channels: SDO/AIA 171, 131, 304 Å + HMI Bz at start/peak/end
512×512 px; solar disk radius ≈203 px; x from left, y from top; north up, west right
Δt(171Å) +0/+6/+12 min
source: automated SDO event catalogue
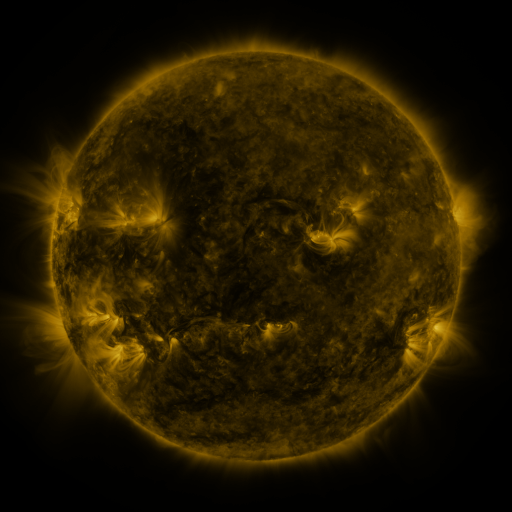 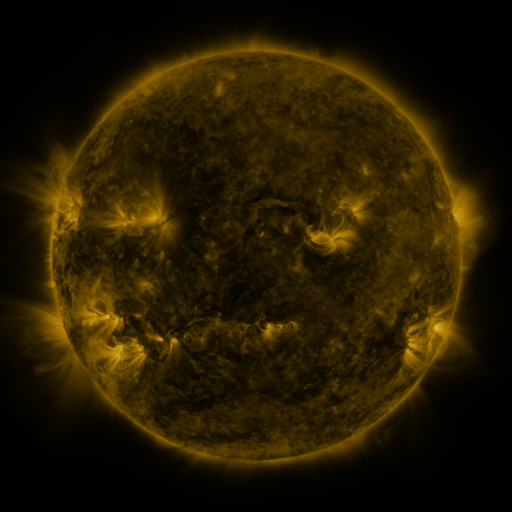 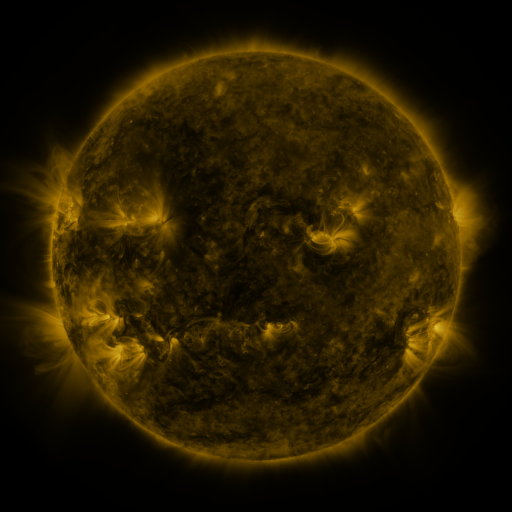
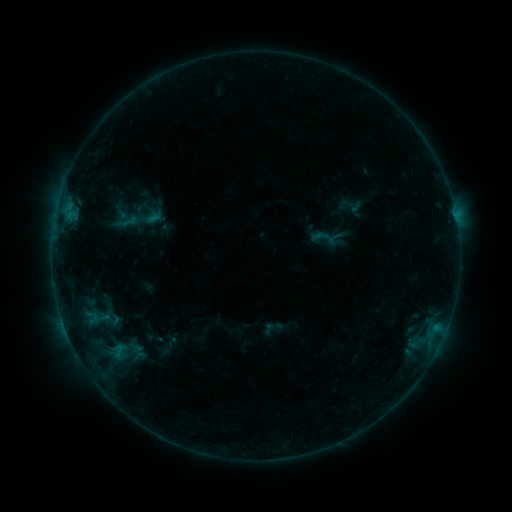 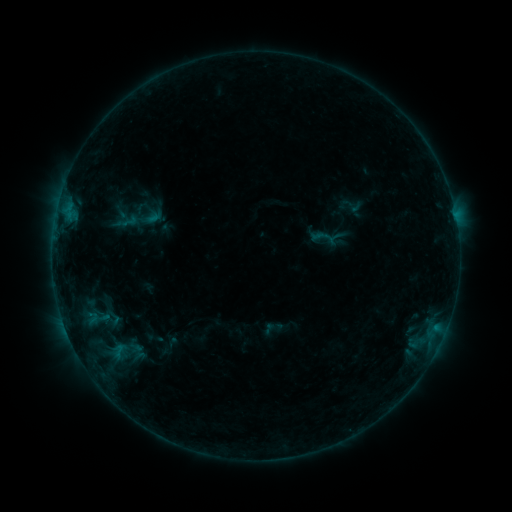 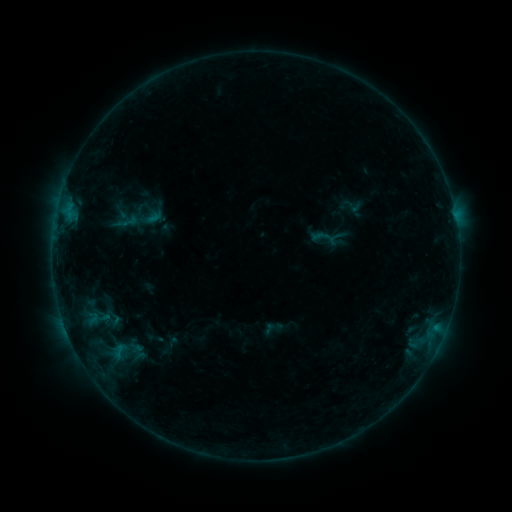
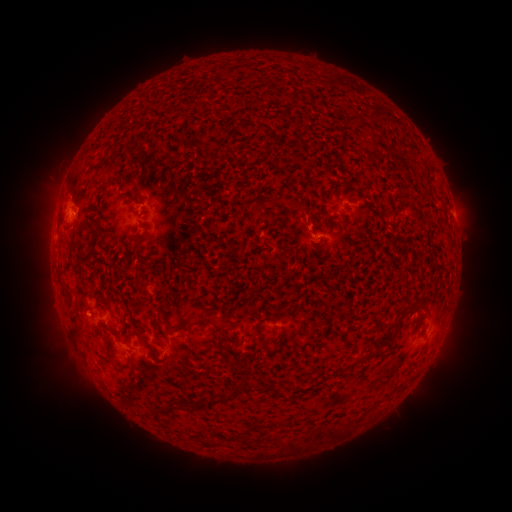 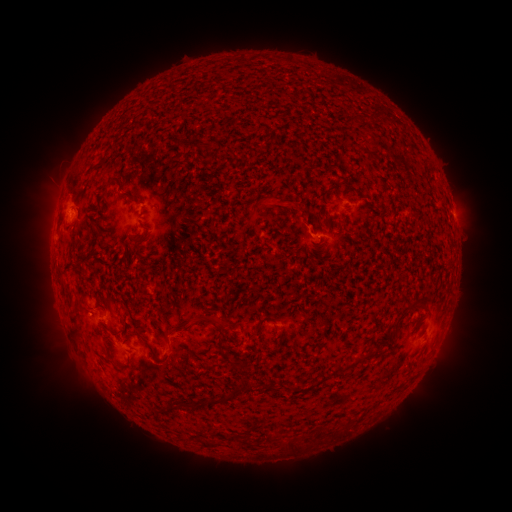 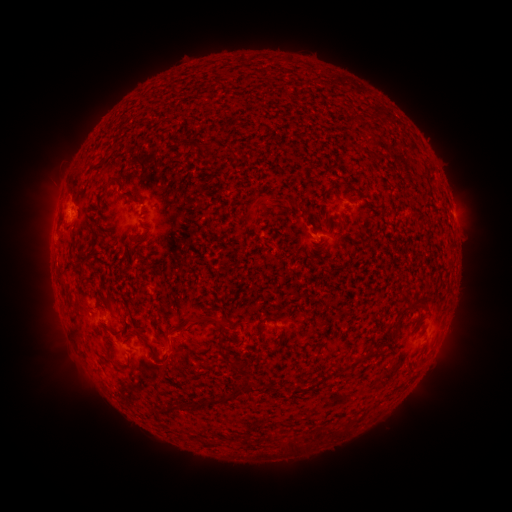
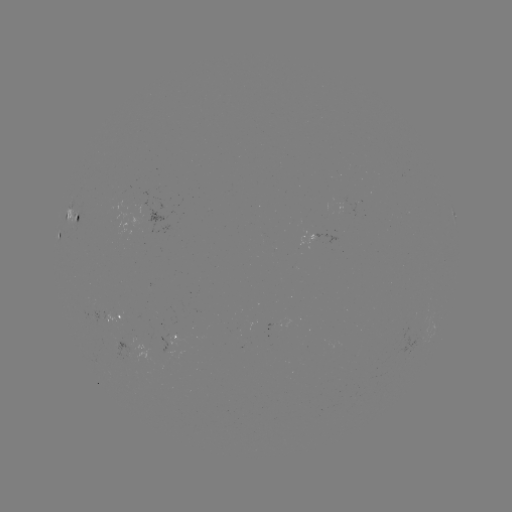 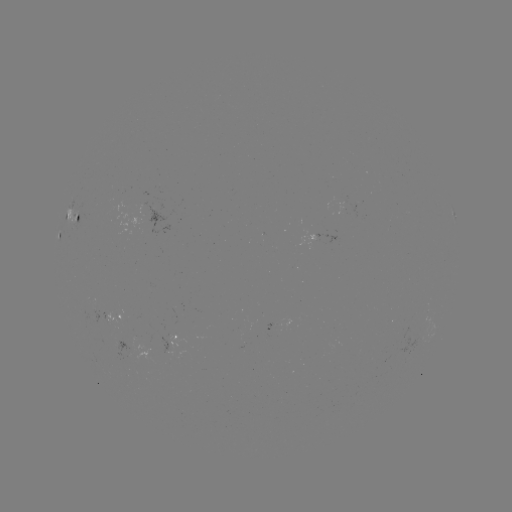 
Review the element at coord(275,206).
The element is eruption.